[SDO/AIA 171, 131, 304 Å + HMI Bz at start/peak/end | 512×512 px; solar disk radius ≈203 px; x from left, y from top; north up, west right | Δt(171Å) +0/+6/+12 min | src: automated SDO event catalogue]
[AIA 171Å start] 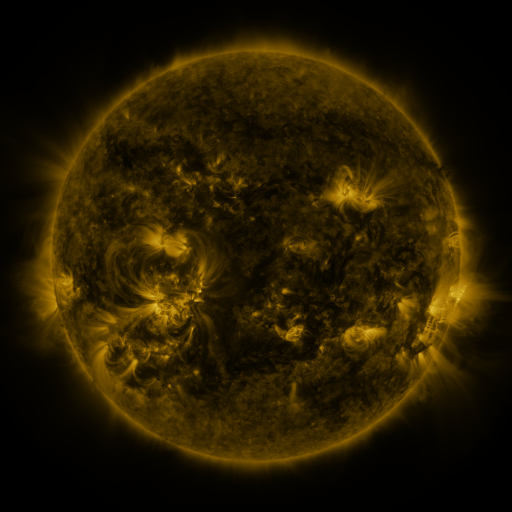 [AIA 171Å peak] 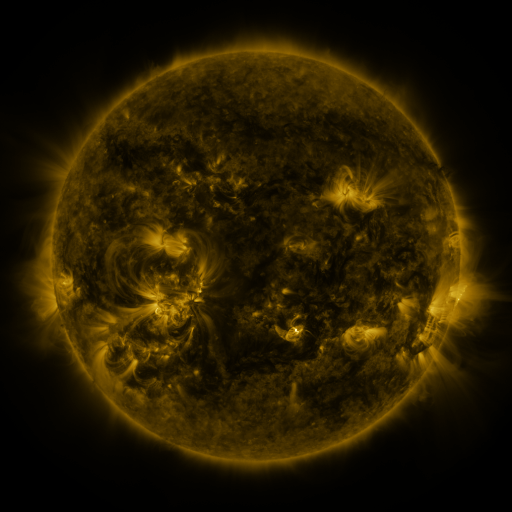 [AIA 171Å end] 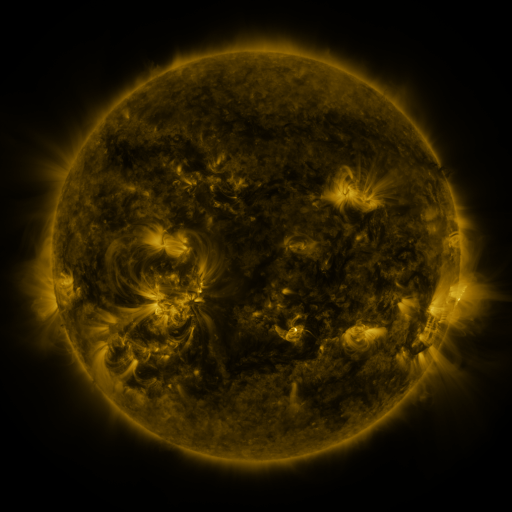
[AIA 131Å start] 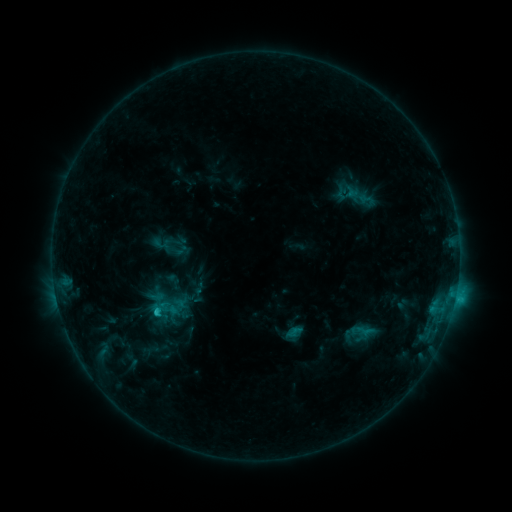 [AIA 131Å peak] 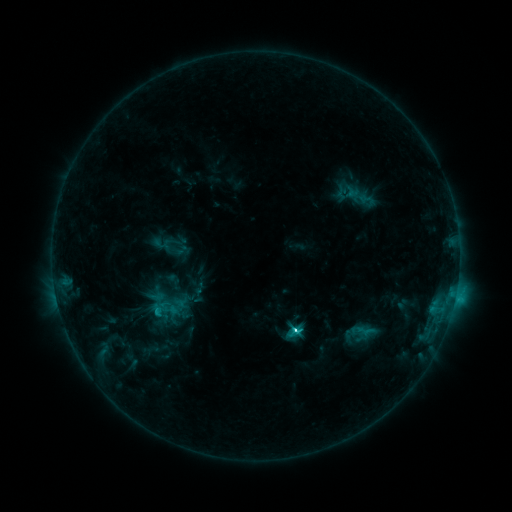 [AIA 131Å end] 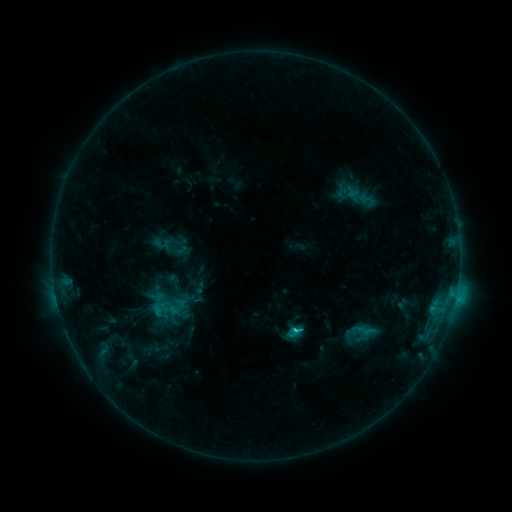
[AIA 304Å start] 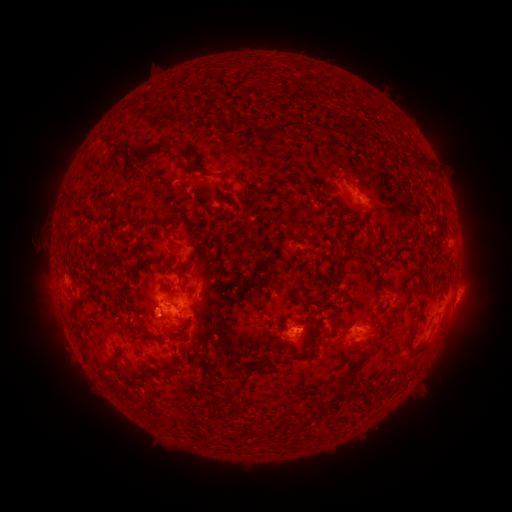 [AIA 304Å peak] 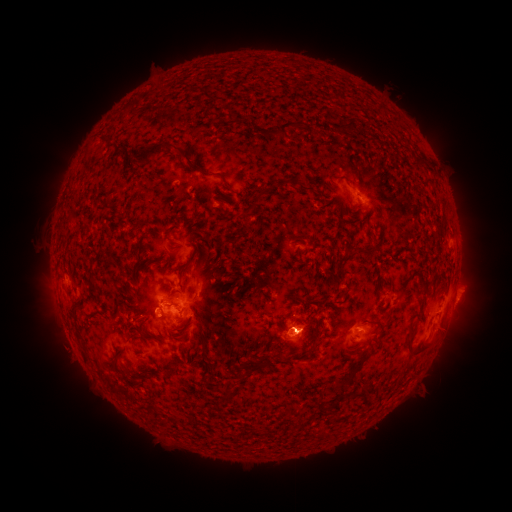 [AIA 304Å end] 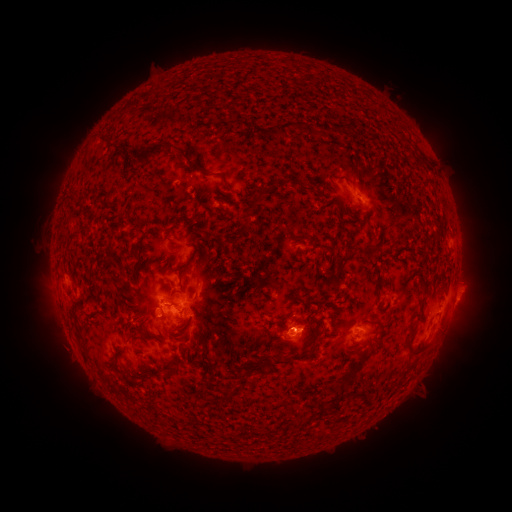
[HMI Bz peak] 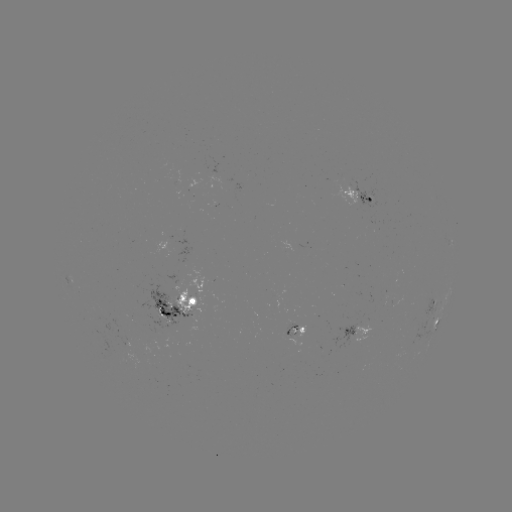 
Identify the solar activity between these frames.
C3.7 flare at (293, 328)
